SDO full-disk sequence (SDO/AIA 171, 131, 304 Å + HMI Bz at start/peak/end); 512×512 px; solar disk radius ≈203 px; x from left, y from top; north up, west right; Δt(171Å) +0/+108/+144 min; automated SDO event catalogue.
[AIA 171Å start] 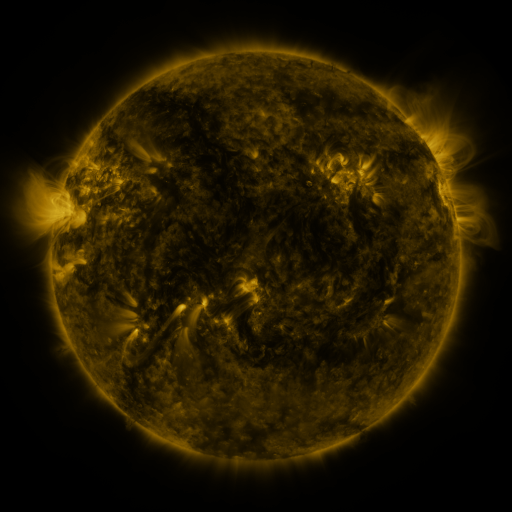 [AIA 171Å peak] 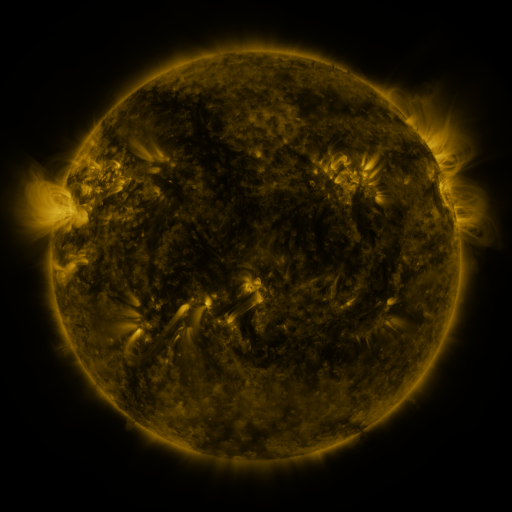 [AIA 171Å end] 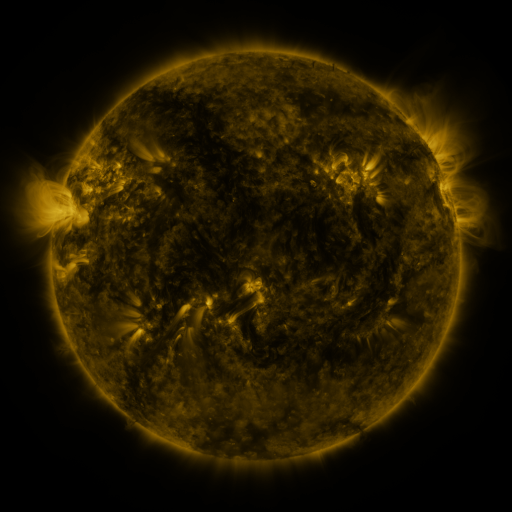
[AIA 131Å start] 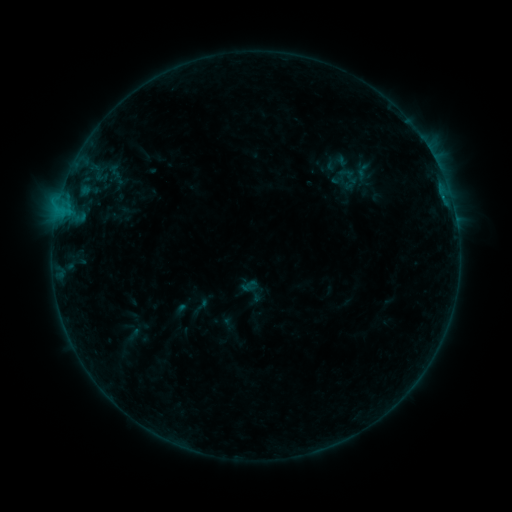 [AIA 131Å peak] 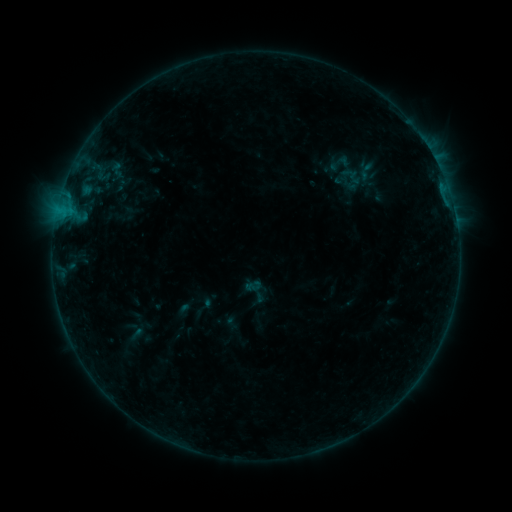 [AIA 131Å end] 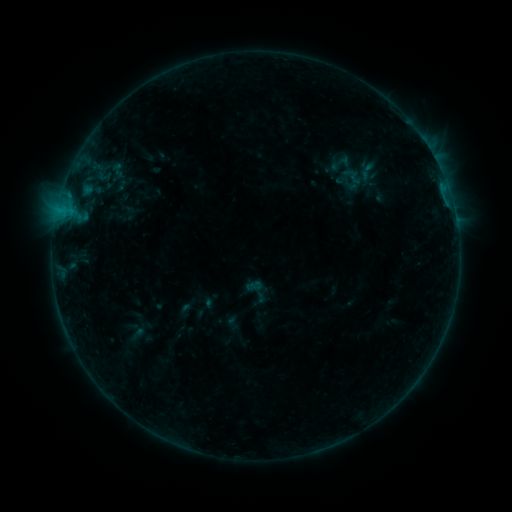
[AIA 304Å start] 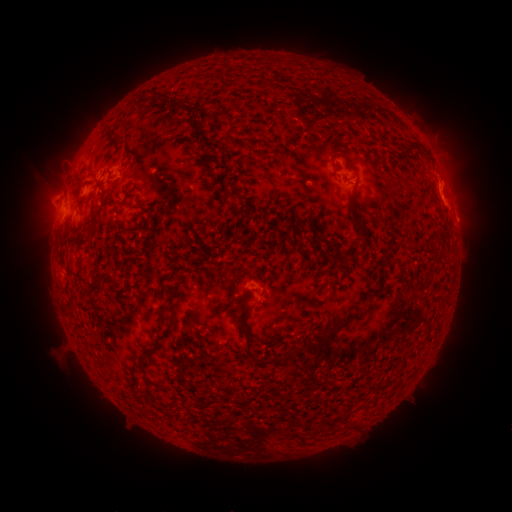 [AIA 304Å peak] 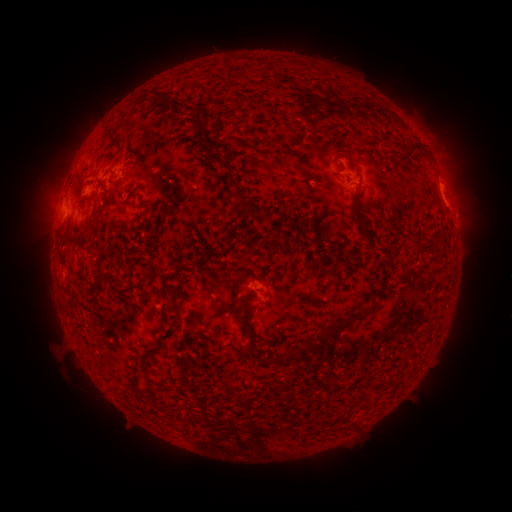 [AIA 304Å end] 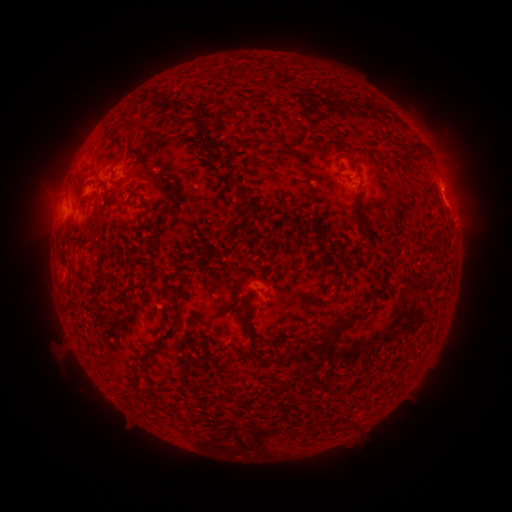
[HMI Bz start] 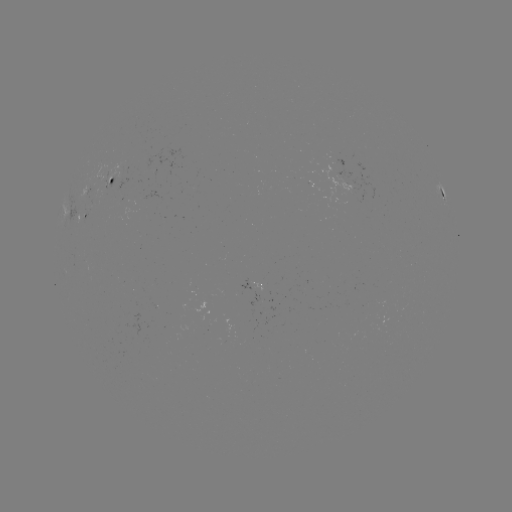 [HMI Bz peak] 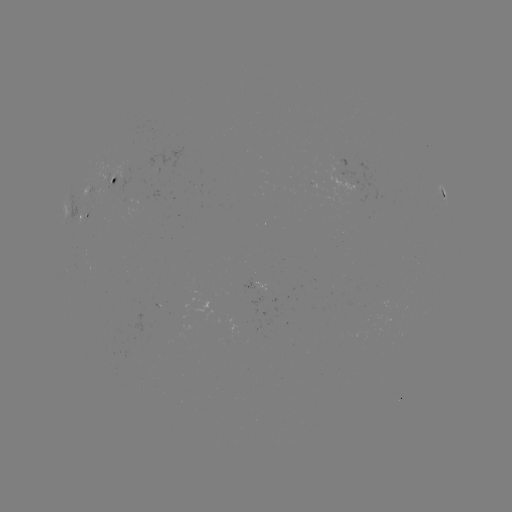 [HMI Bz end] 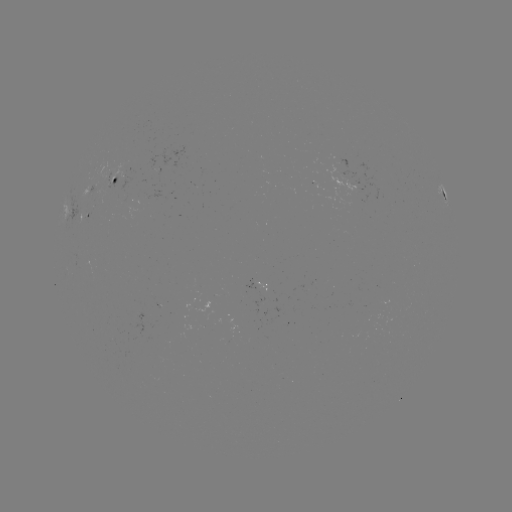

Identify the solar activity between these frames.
emerging-flux region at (123, 201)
